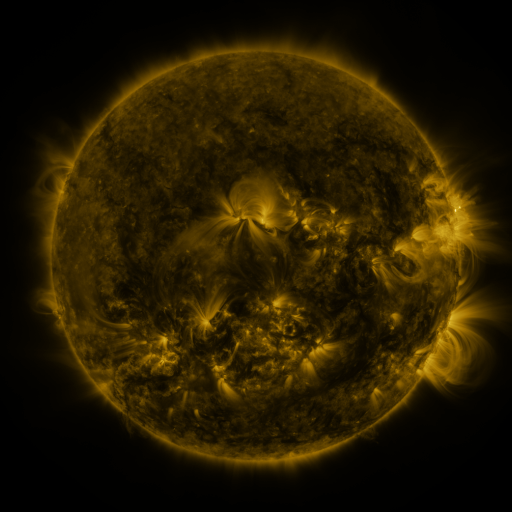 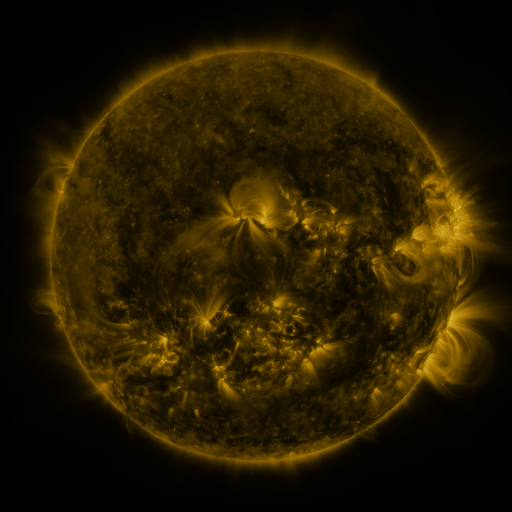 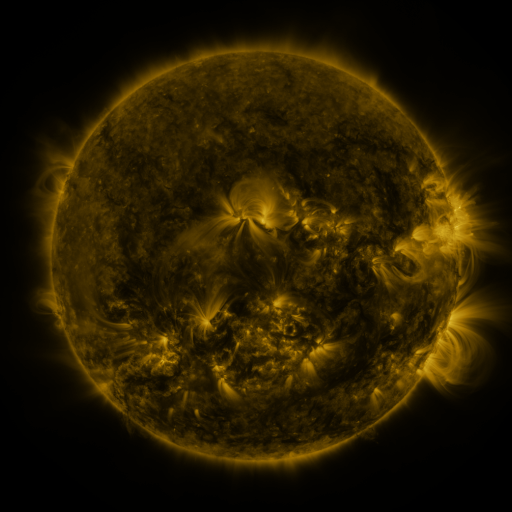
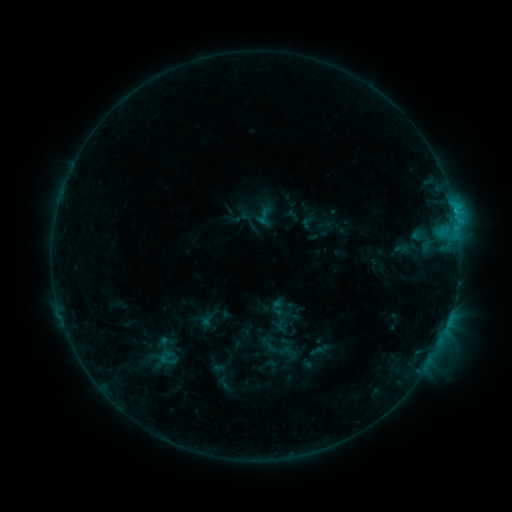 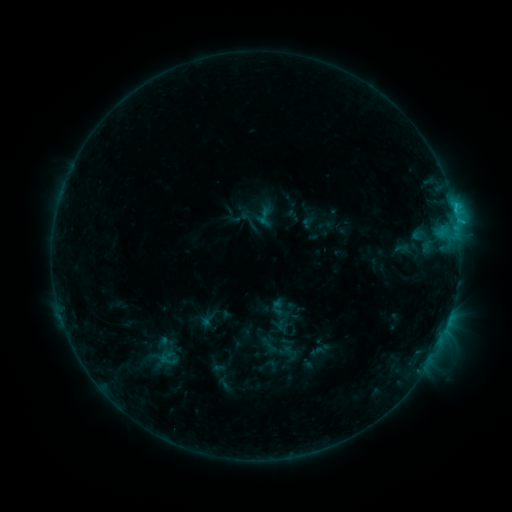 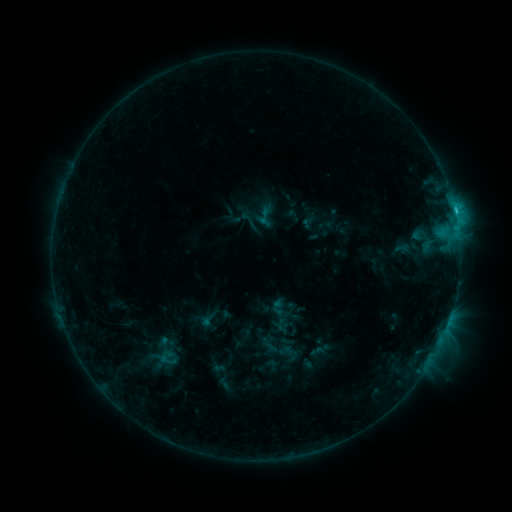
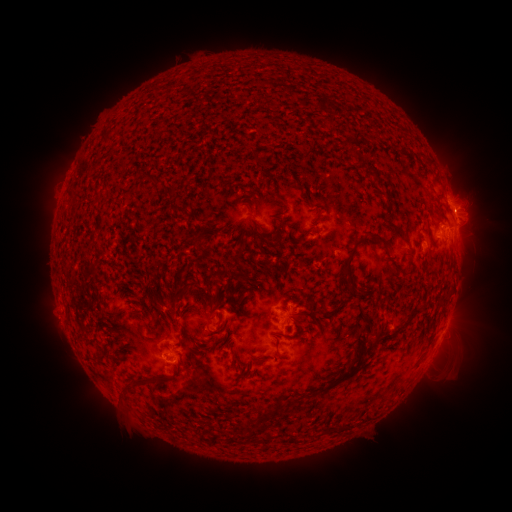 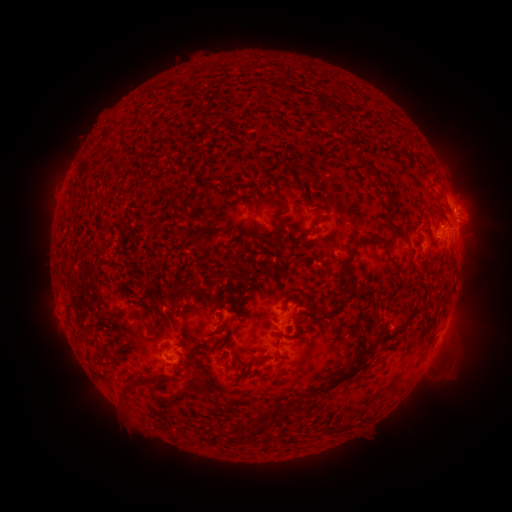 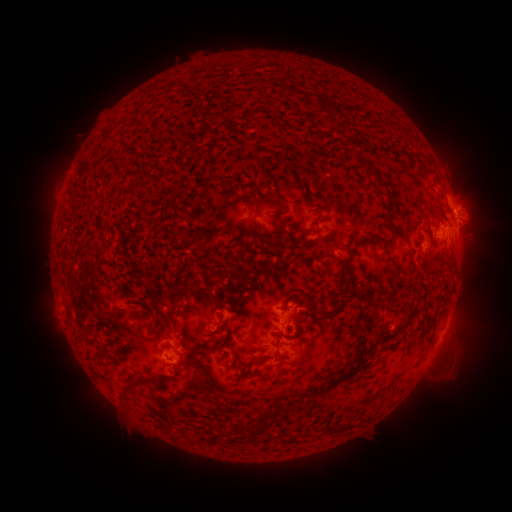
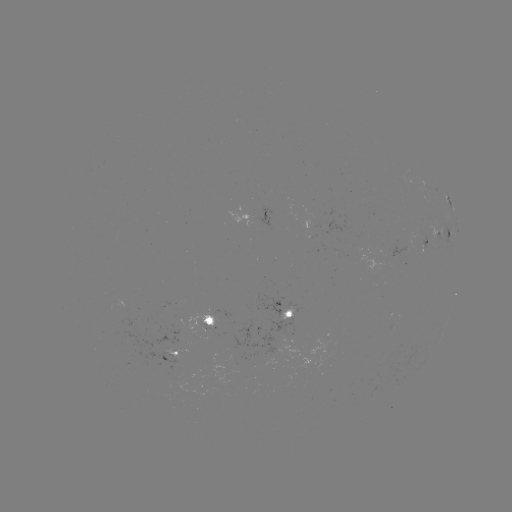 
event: flare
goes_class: C1.6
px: (456, 224)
